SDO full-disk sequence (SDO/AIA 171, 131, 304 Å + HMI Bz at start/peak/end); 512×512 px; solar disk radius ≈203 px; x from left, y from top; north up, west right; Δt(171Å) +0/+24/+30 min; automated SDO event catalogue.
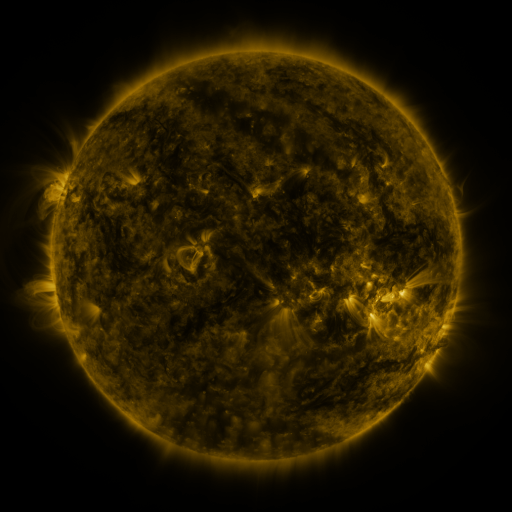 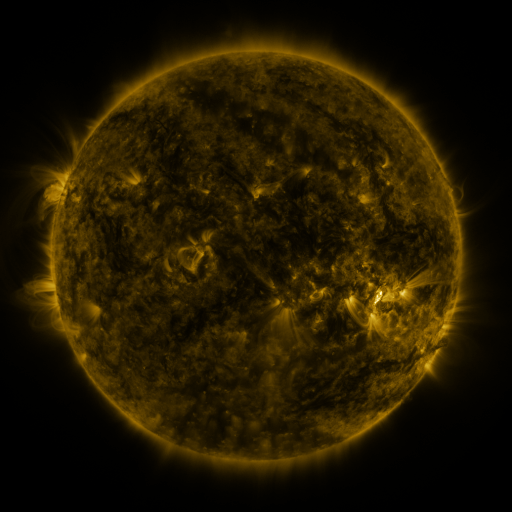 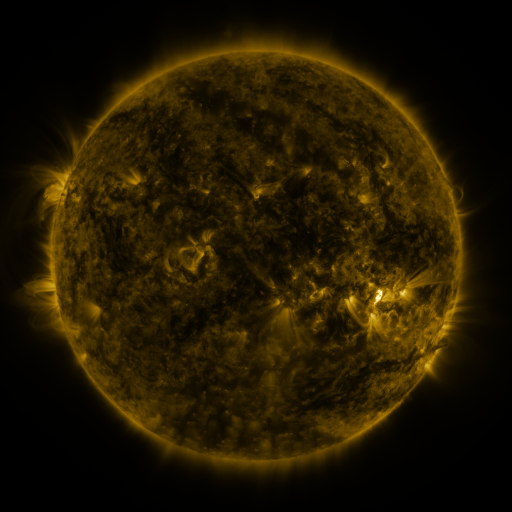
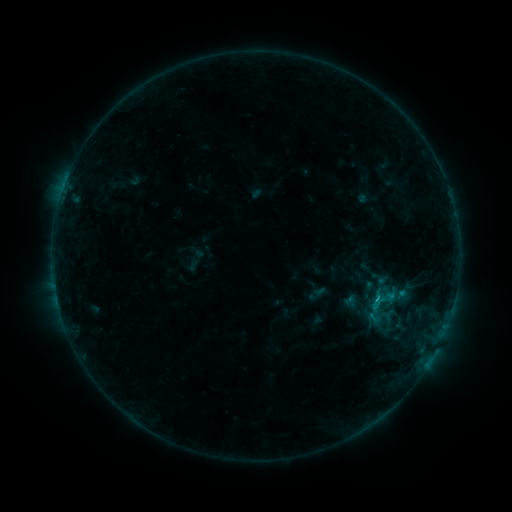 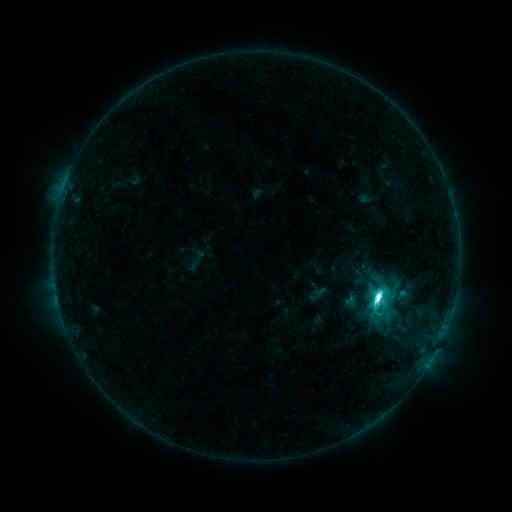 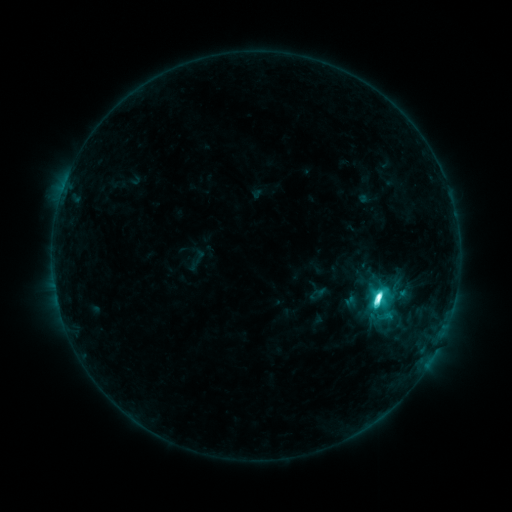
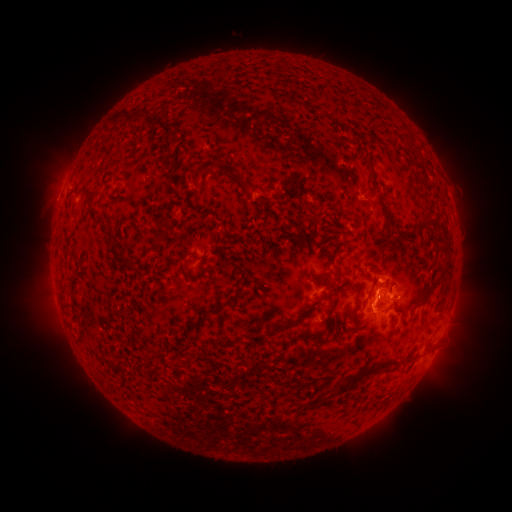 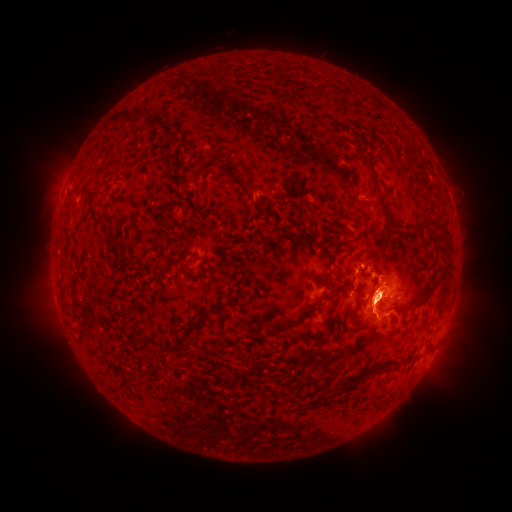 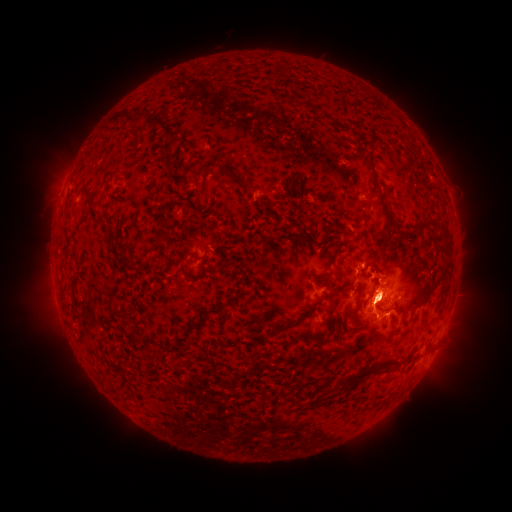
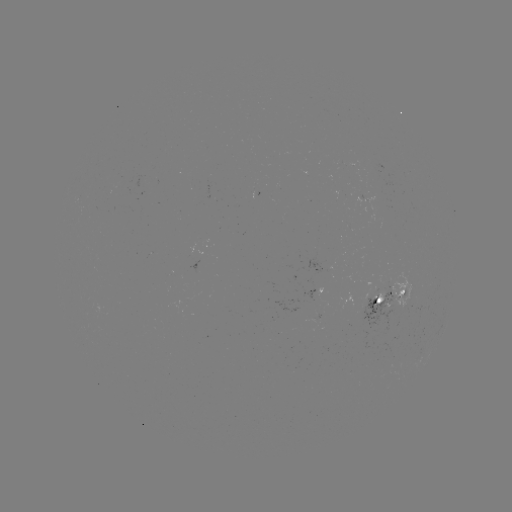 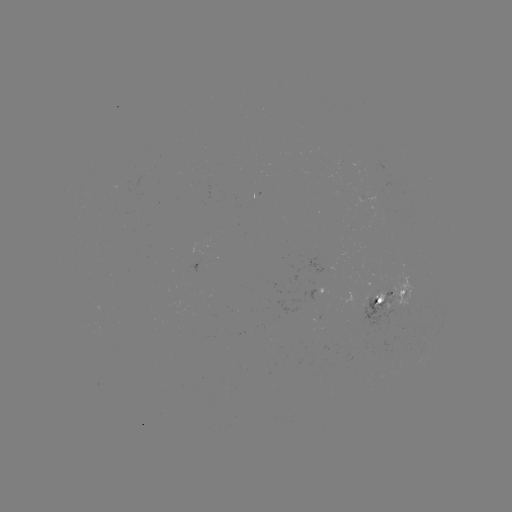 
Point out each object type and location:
M1.6 flare: (376, 296)
